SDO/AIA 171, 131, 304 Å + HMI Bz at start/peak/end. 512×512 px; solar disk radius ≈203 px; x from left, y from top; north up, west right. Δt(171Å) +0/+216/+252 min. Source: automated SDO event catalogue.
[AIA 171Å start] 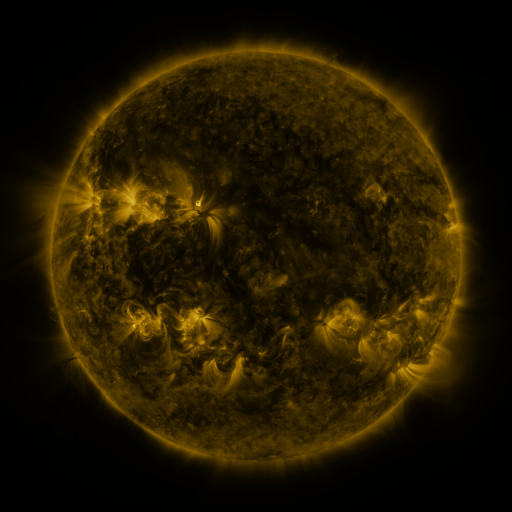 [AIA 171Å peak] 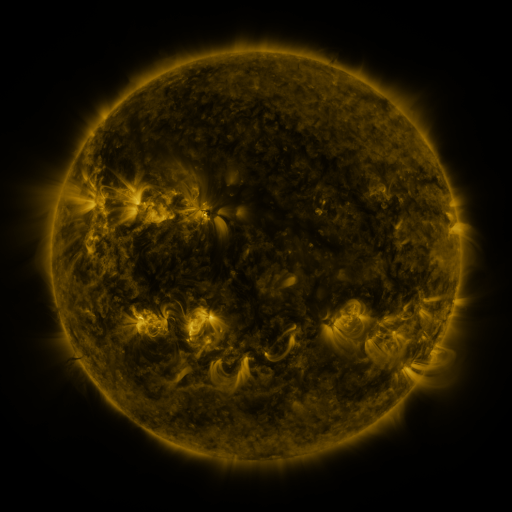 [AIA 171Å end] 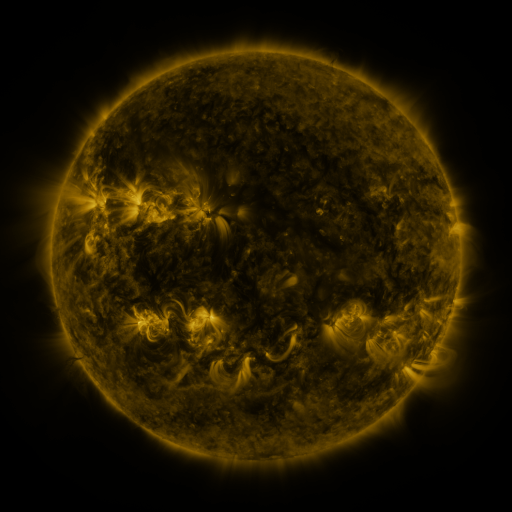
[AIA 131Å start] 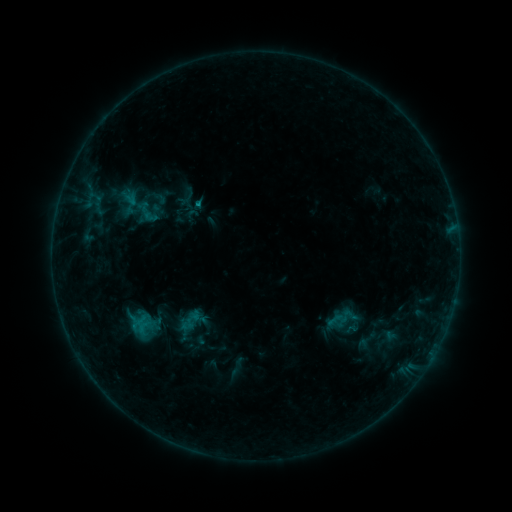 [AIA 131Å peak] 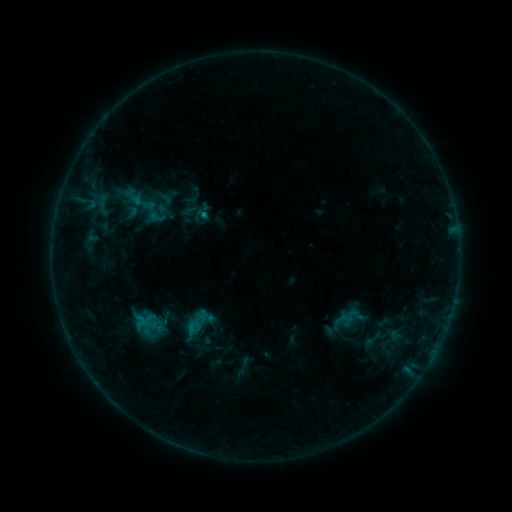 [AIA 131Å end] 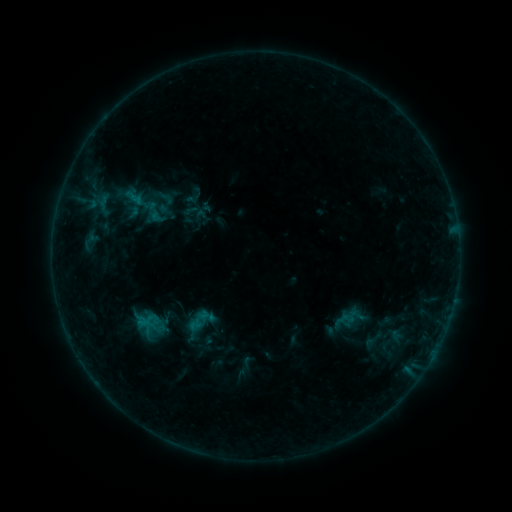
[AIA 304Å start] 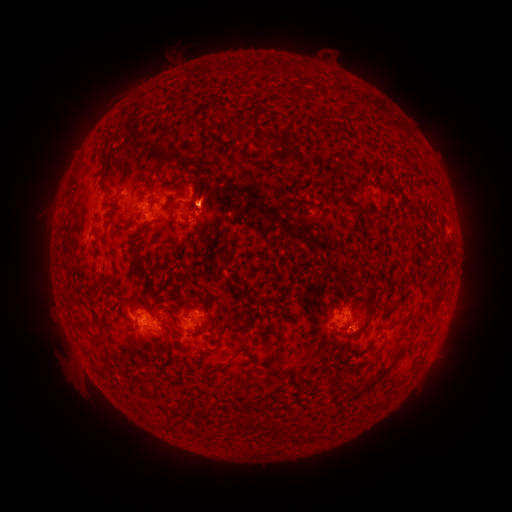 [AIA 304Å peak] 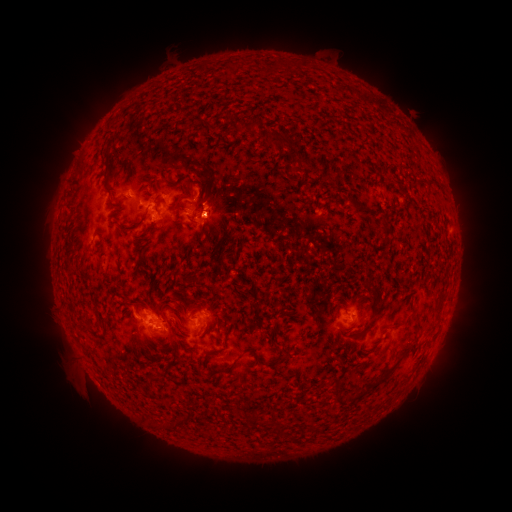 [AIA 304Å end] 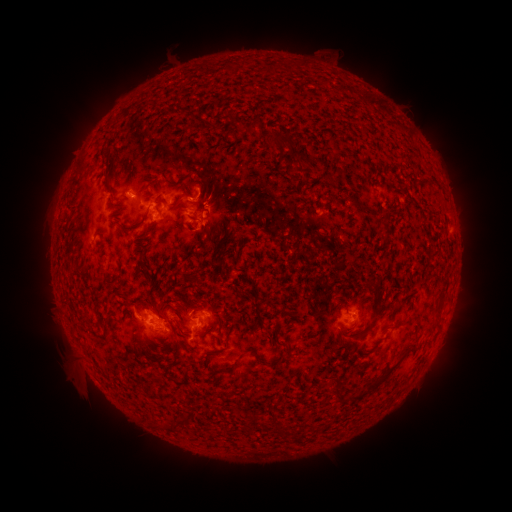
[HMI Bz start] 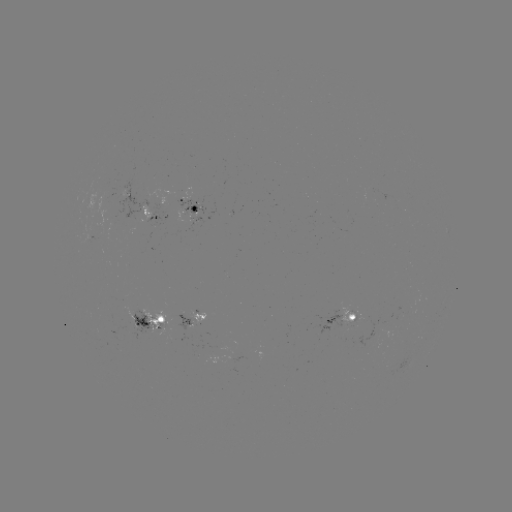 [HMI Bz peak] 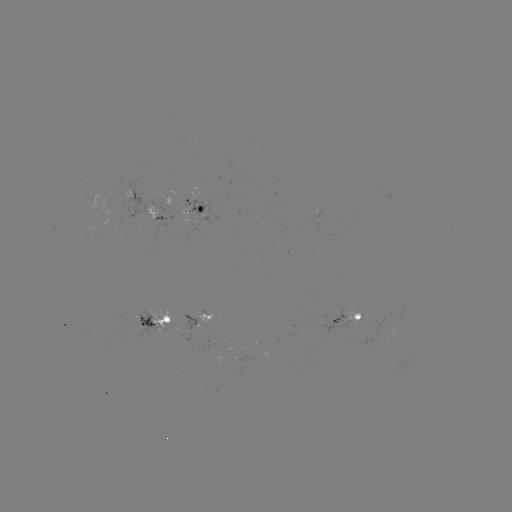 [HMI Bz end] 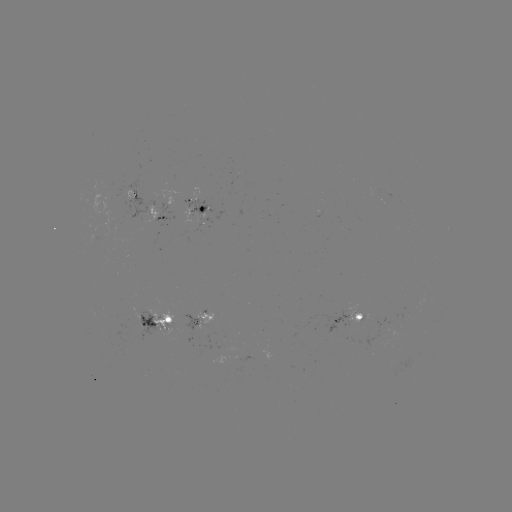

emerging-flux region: (194, 216, 210, 231)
